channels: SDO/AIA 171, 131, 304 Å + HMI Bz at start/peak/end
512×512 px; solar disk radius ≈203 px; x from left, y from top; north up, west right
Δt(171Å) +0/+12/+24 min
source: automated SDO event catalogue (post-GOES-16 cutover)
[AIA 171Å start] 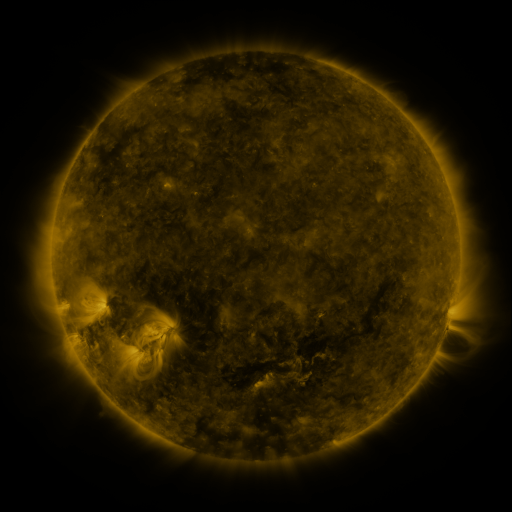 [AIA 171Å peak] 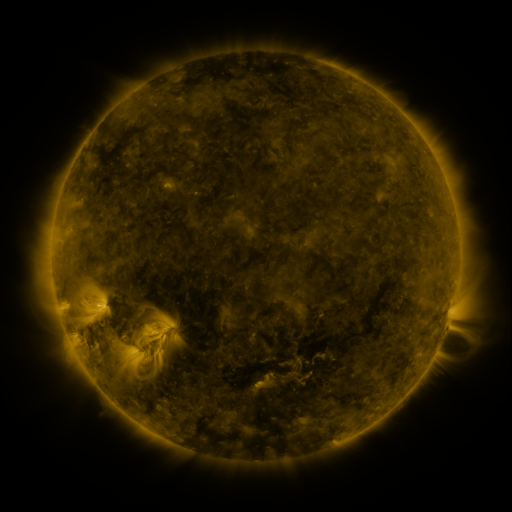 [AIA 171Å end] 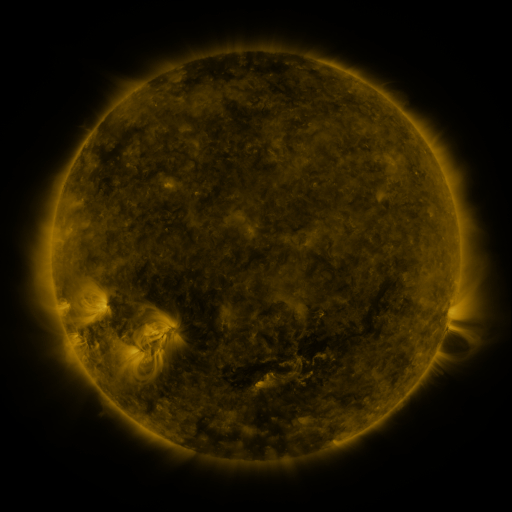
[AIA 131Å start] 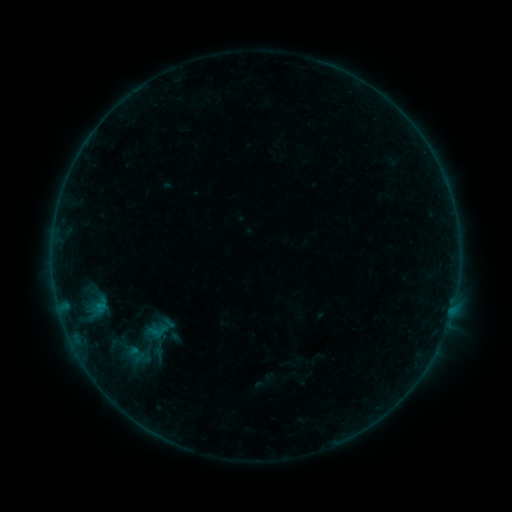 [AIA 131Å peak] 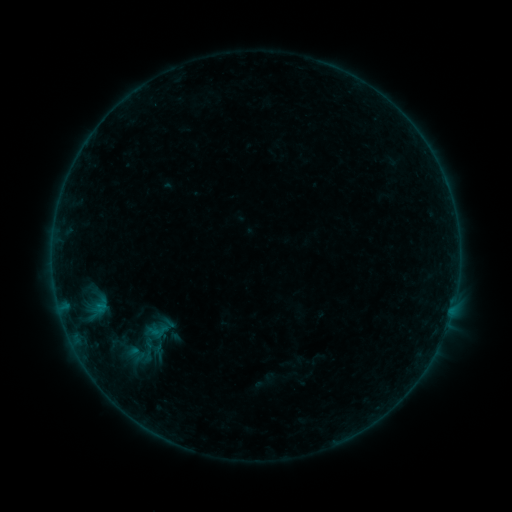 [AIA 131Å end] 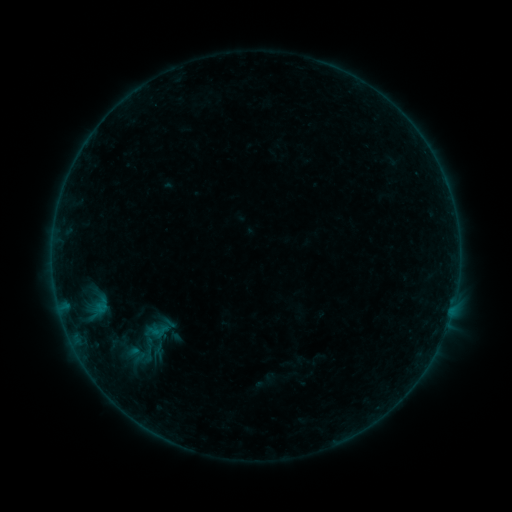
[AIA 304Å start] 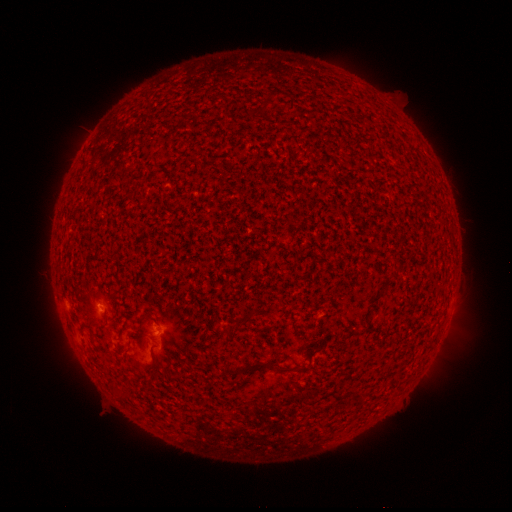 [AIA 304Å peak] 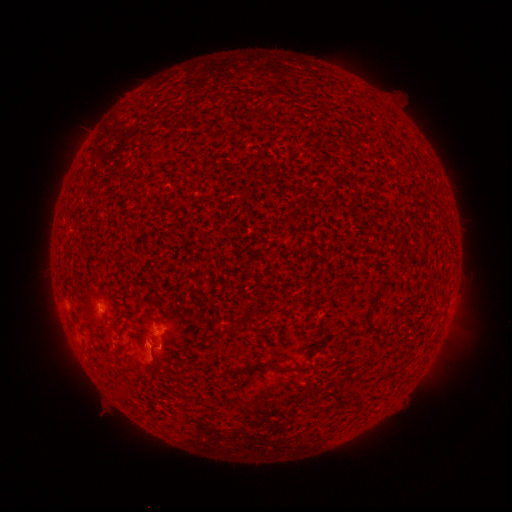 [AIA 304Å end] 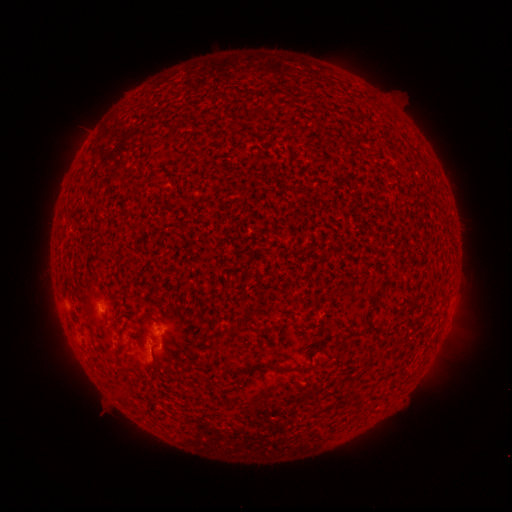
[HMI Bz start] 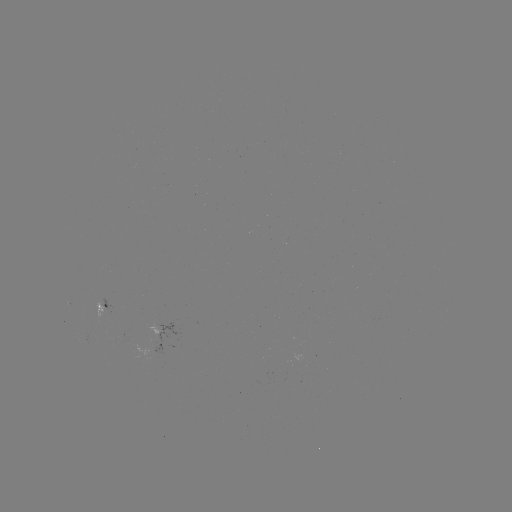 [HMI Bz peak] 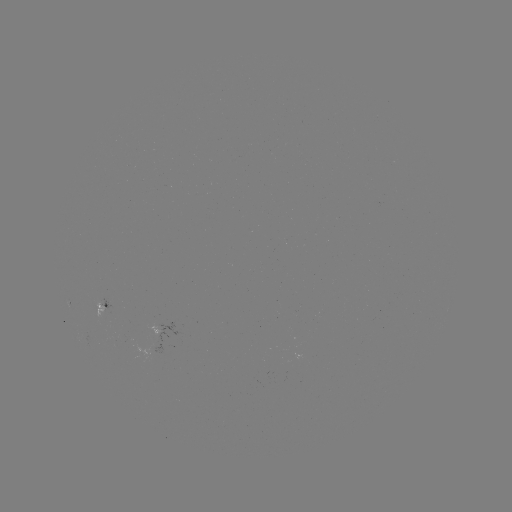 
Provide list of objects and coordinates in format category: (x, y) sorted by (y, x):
B1.4 flare: (151, 345)
